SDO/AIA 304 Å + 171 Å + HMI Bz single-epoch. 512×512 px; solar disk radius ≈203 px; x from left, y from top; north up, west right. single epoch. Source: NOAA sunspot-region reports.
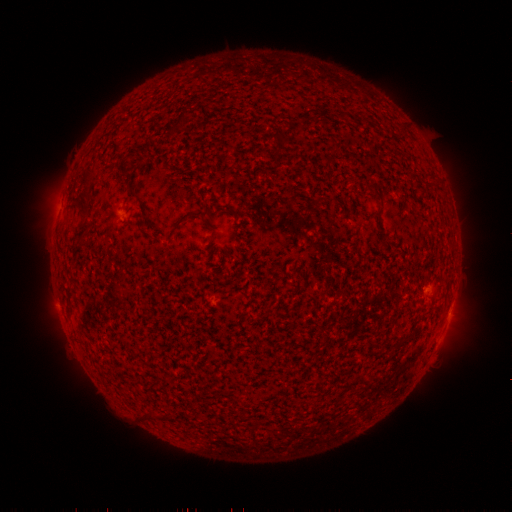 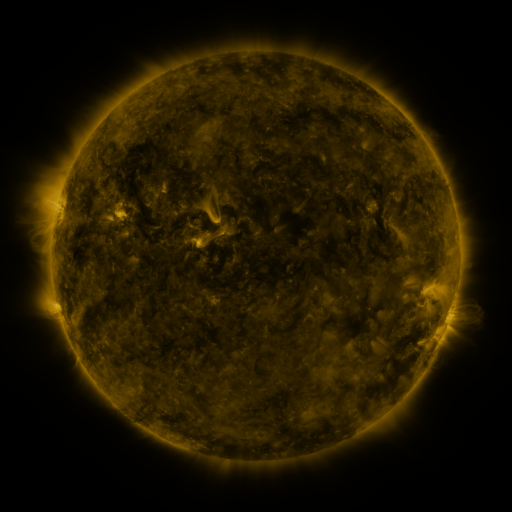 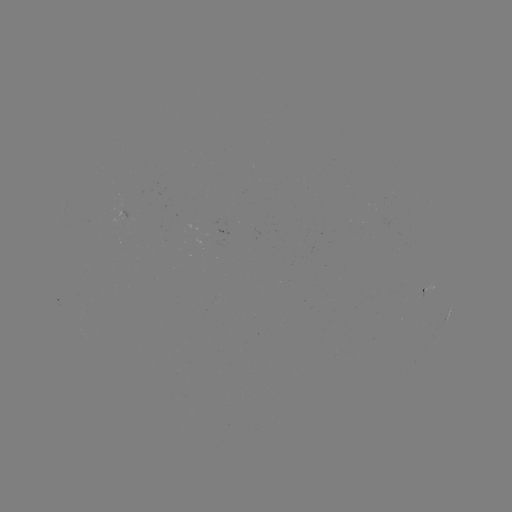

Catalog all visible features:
spotted active region: (431, 286)
spotted active region: (448, 317)
